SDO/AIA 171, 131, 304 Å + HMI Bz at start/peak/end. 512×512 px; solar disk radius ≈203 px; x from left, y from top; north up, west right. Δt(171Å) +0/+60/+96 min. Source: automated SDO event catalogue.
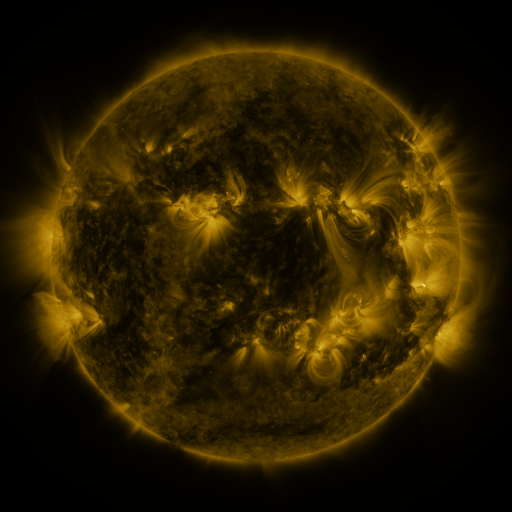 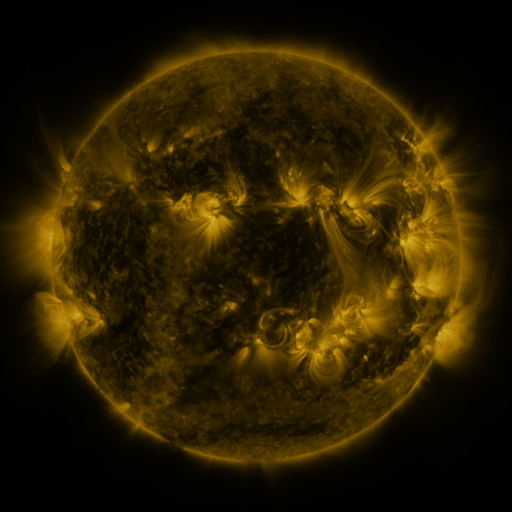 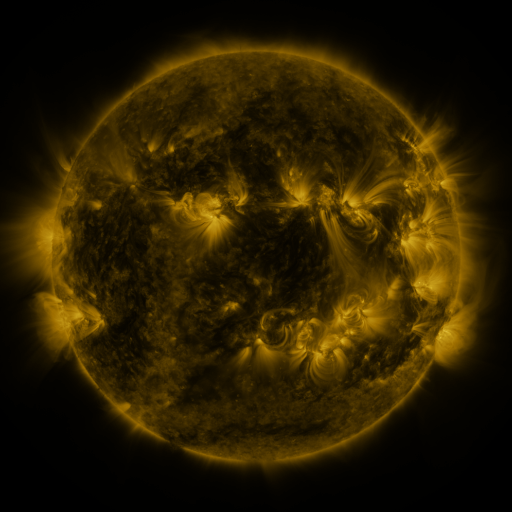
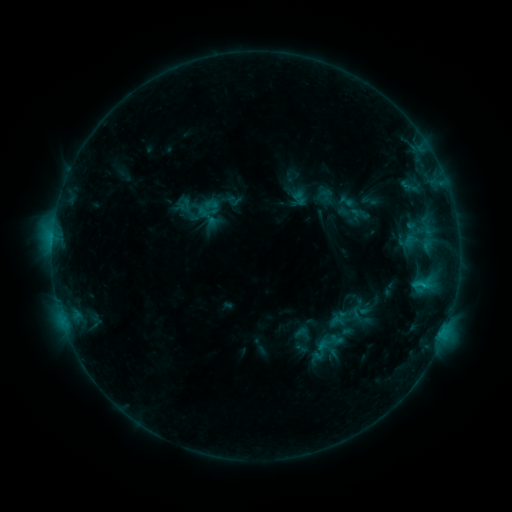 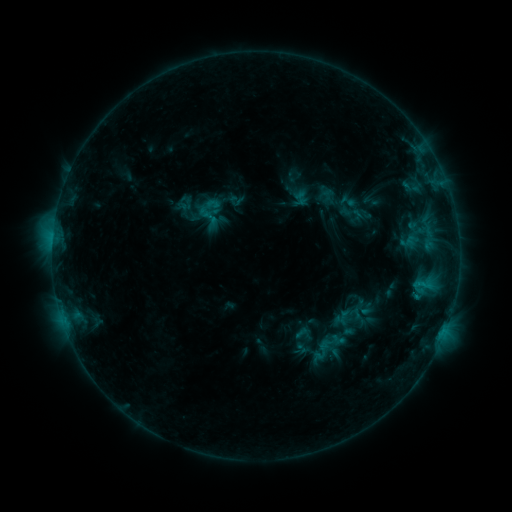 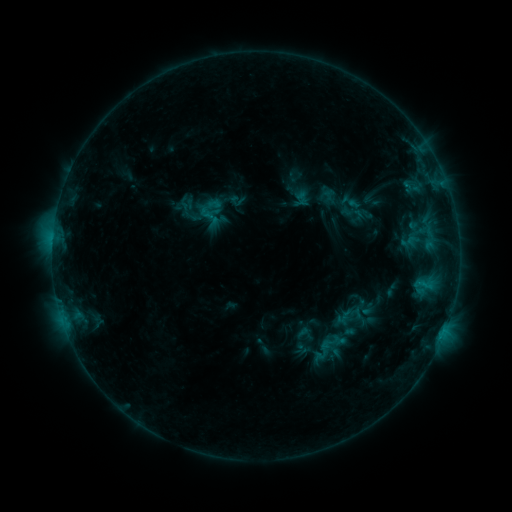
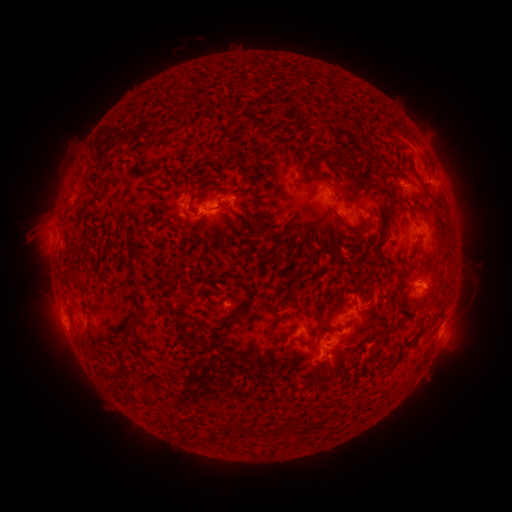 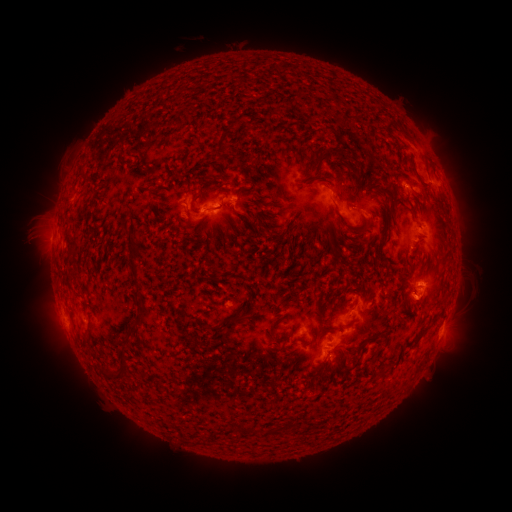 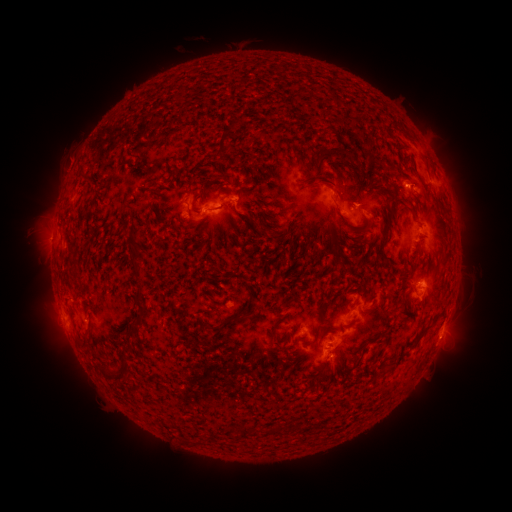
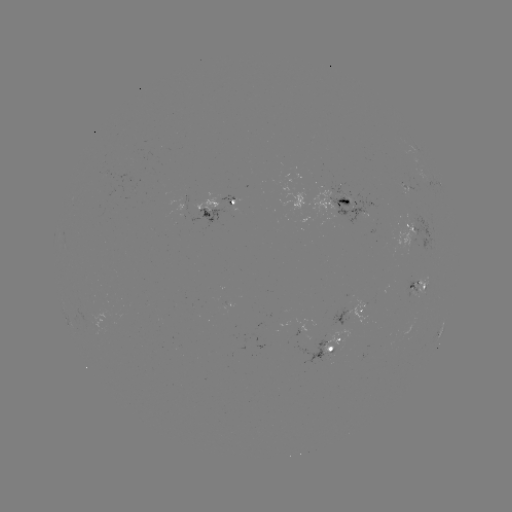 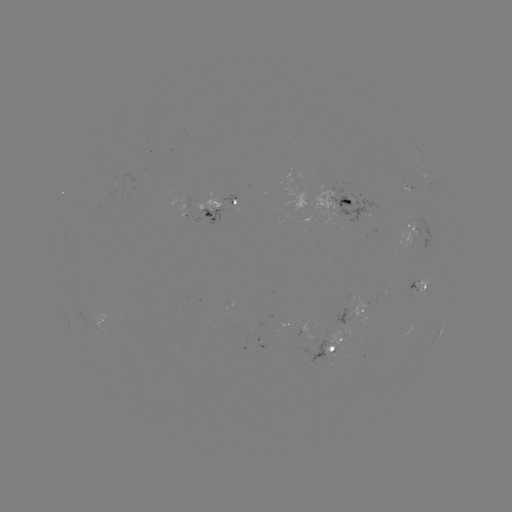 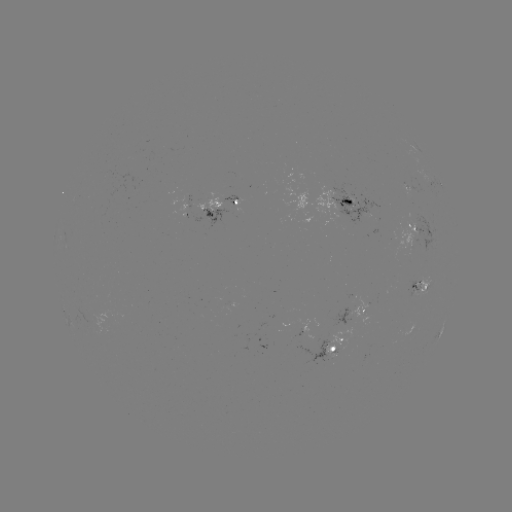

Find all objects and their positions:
emerging-flux region: (226, 197)
